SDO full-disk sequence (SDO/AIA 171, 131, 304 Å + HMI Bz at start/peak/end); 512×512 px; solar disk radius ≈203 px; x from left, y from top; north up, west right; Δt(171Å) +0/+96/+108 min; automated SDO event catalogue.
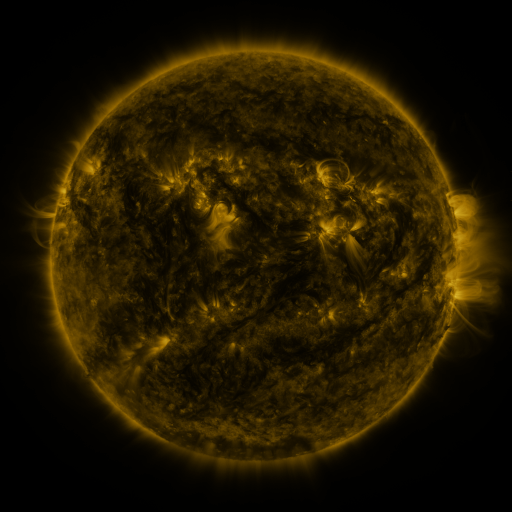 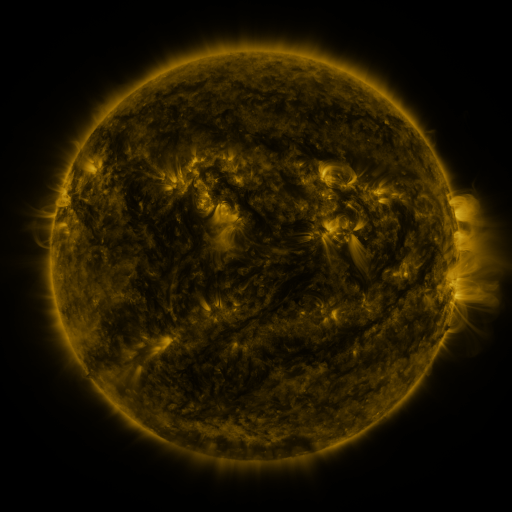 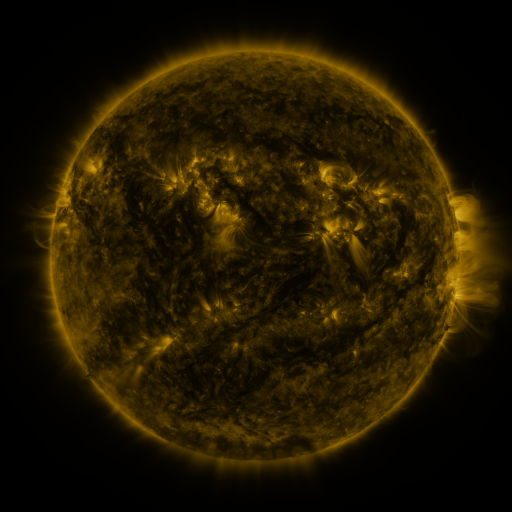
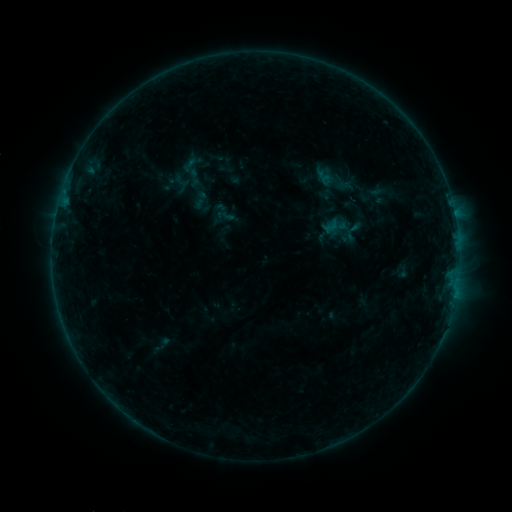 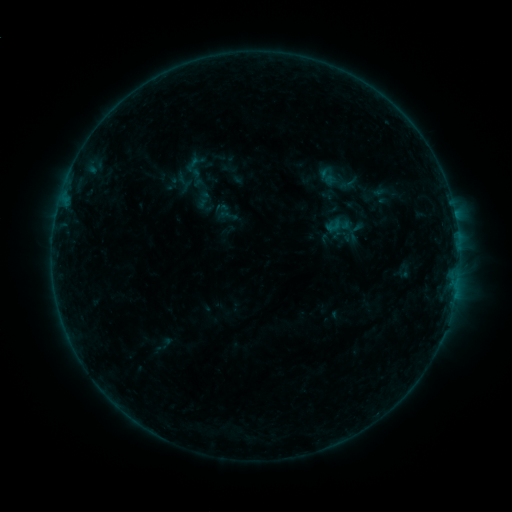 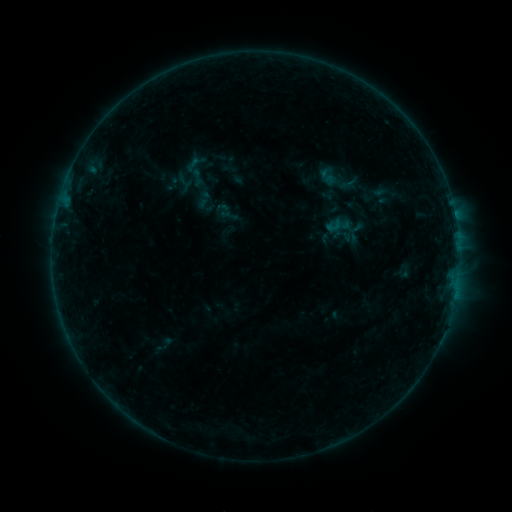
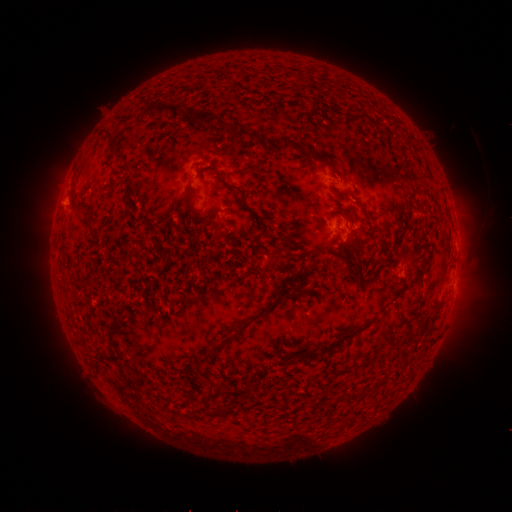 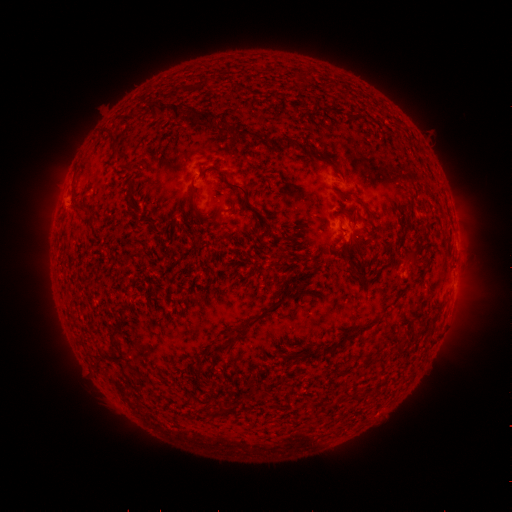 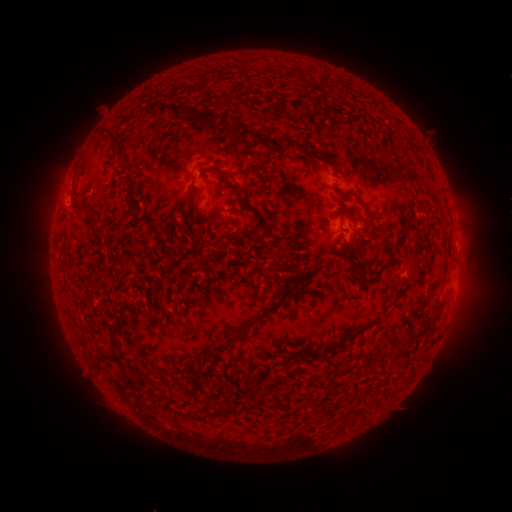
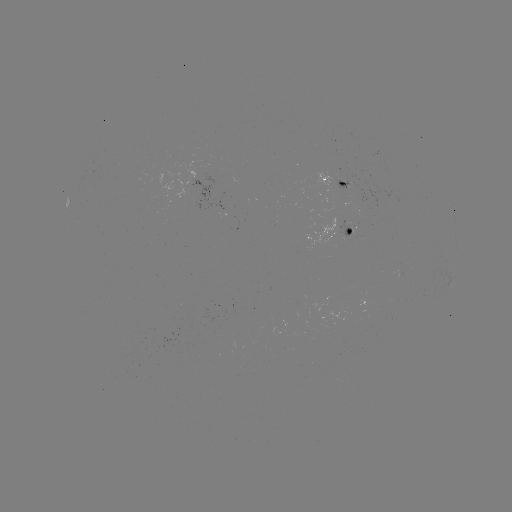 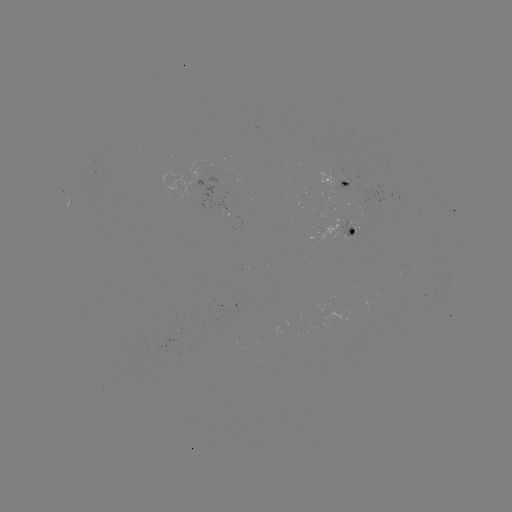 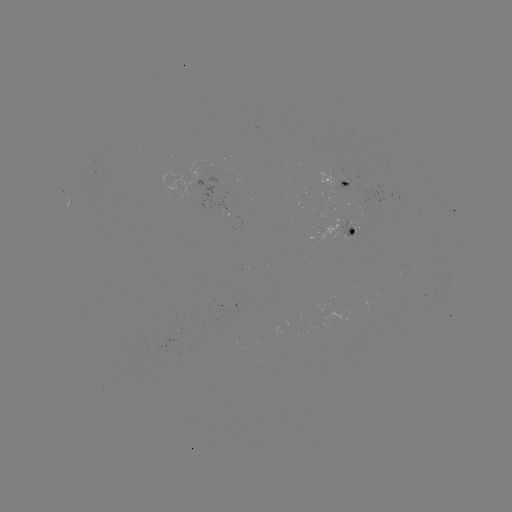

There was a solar emerging-flux region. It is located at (350, 228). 